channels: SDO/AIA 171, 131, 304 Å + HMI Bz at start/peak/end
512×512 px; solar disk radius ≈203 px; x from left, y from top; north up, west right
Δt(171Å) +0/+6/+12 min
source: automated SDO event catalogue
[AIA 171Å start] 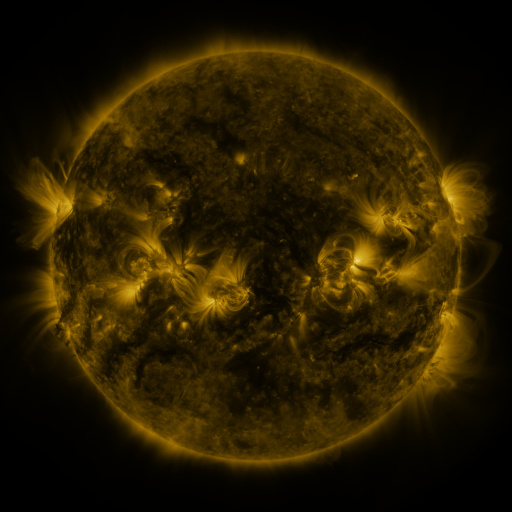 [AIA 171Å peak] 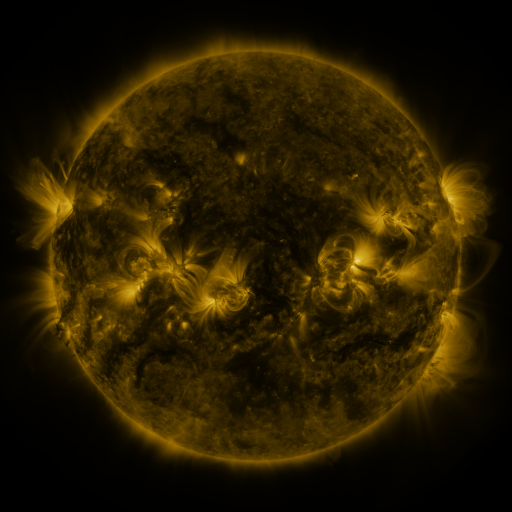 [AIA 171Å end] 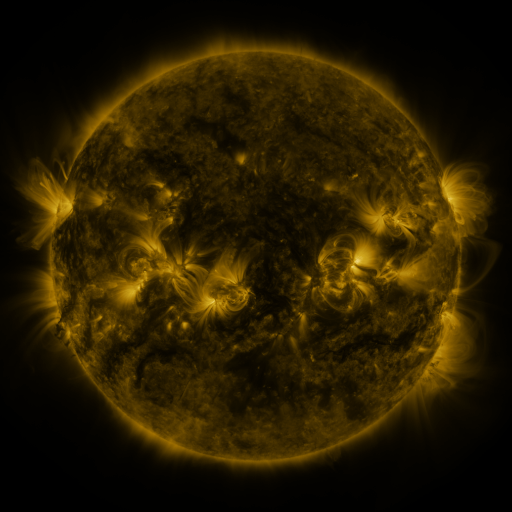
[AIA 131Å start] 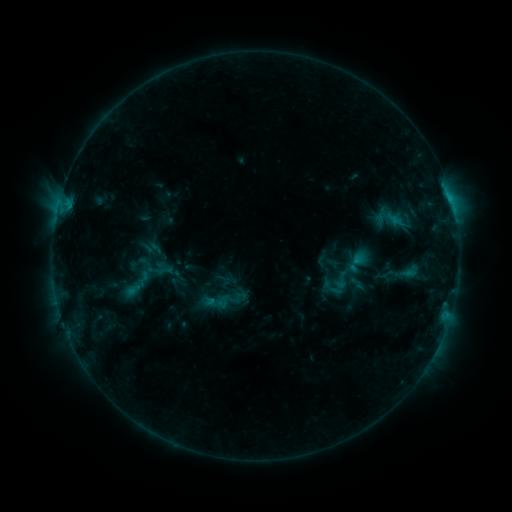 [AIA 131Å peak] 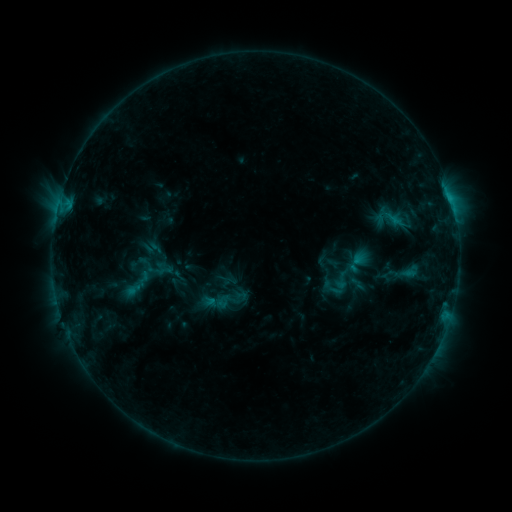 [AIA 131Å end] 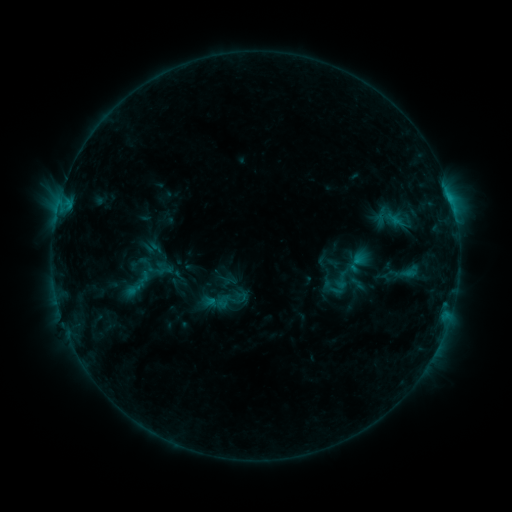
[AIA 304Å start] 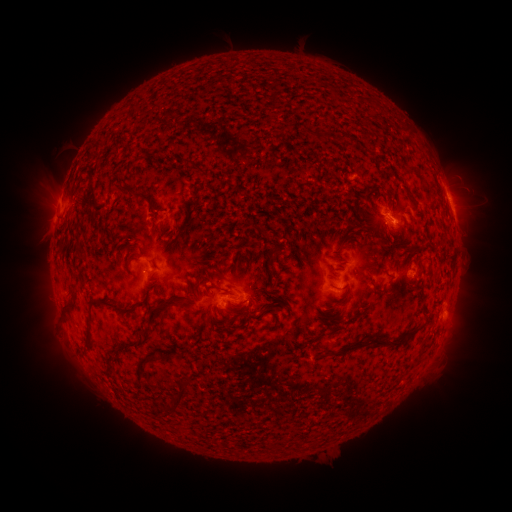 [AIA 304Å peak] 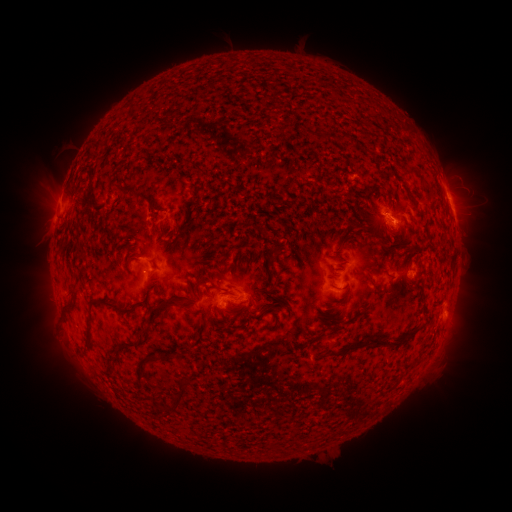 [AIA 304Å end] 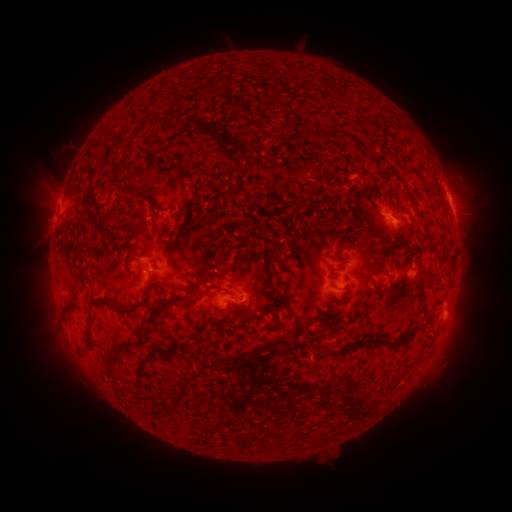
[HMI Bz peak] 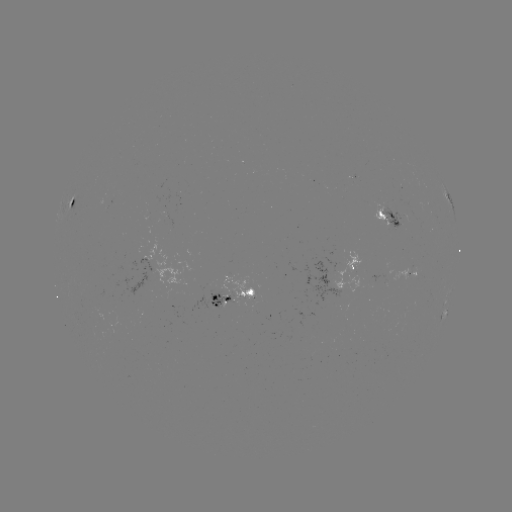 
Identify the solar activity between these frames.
no flare in any classed list; no EUV-trigger detection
